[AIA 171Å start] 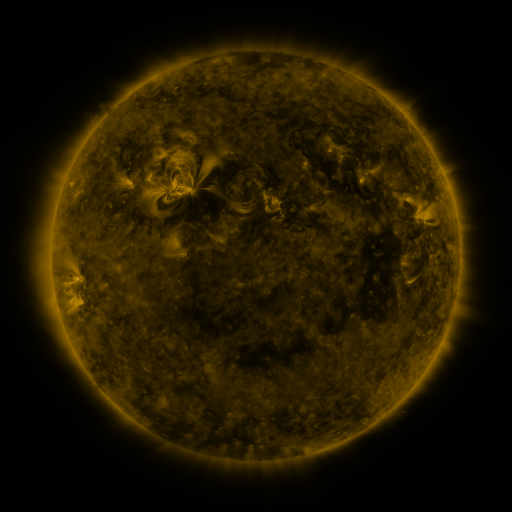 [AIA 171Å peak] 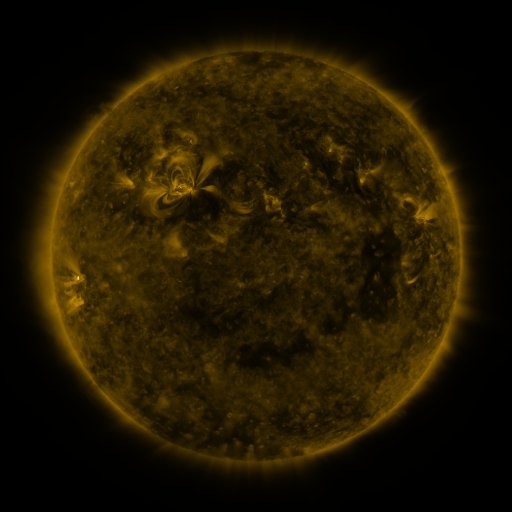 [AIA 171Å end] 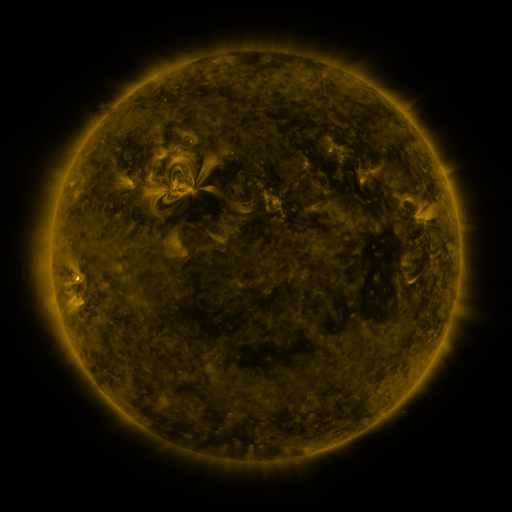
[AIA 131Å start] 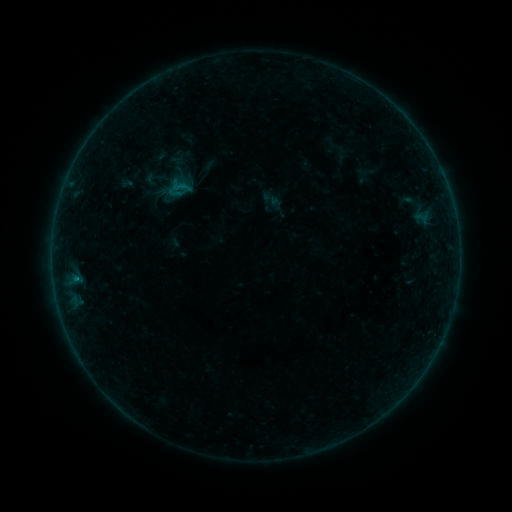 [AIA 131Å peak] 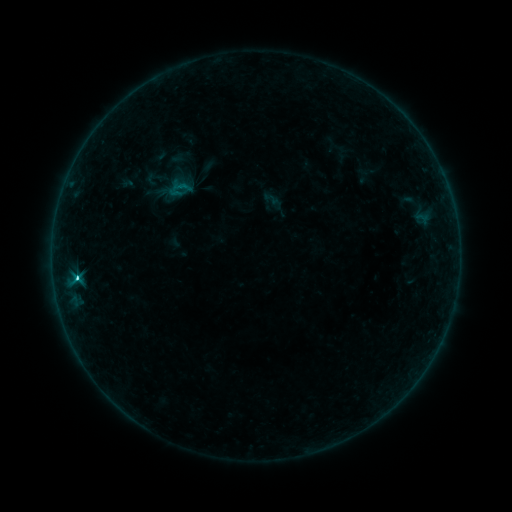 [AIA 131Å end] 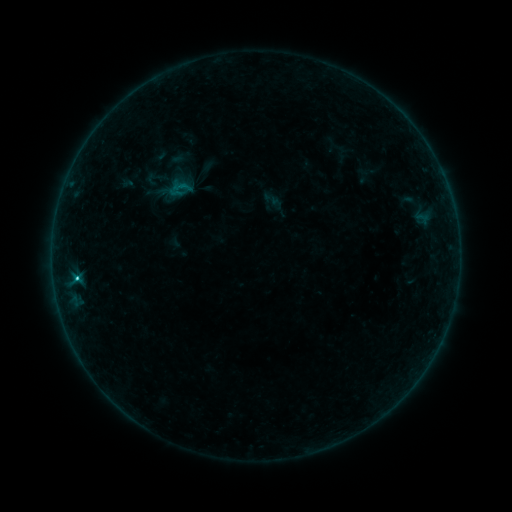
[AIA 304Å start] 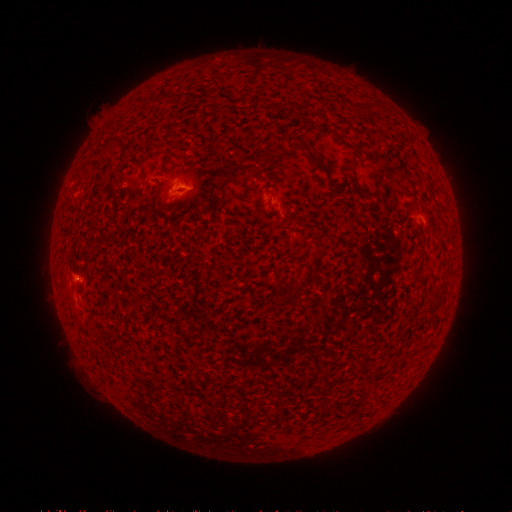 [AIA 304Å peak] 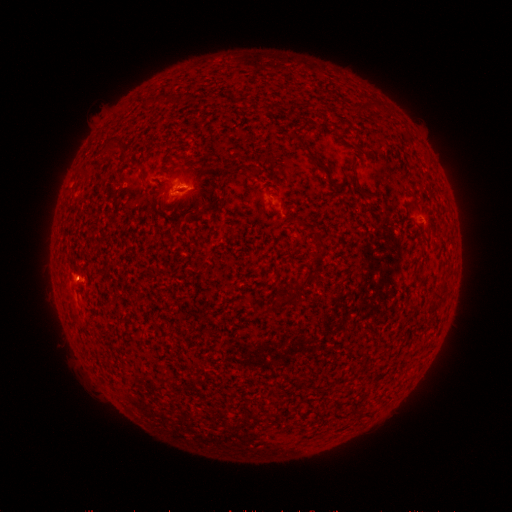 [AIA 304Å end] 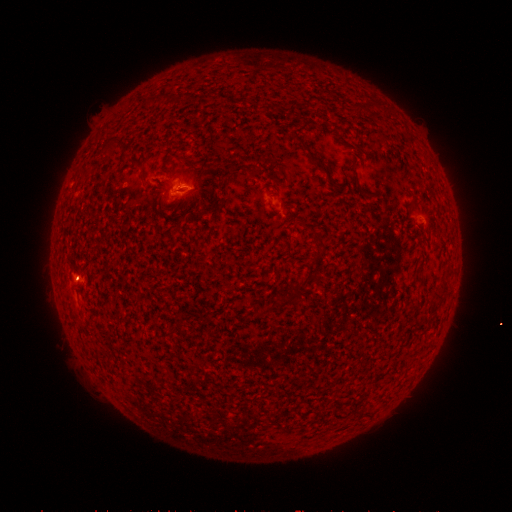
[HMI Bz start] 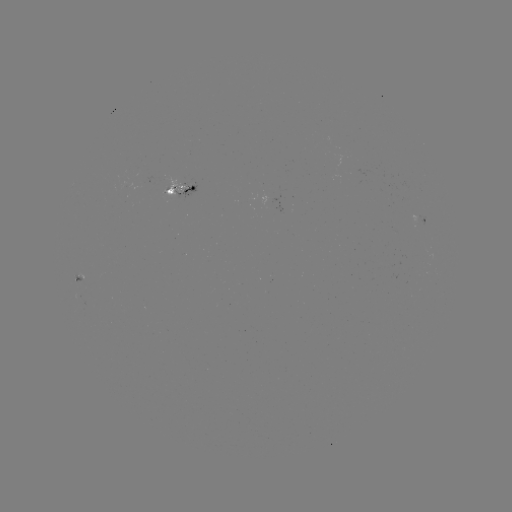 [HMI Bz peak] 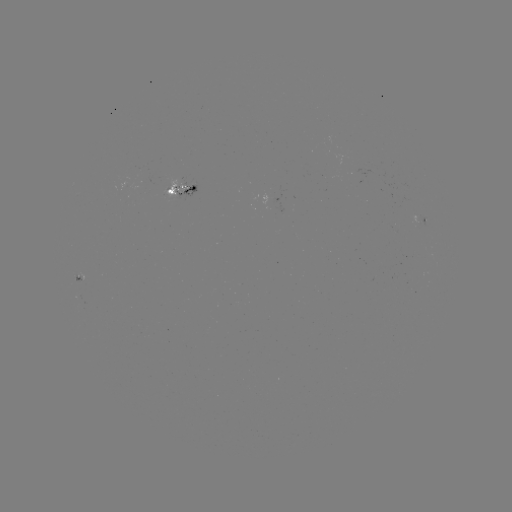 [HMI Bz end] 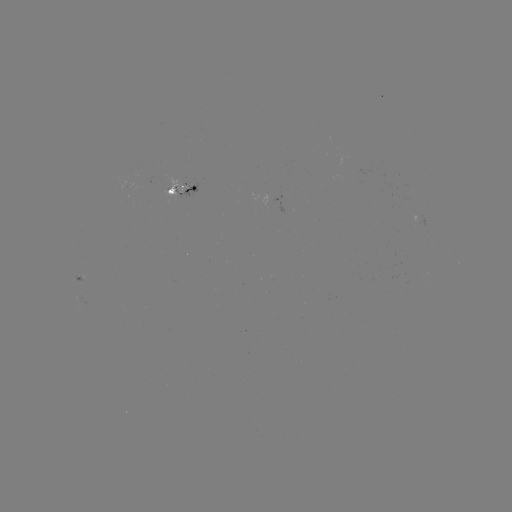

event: flare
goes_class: C1.6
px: (78, 276)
